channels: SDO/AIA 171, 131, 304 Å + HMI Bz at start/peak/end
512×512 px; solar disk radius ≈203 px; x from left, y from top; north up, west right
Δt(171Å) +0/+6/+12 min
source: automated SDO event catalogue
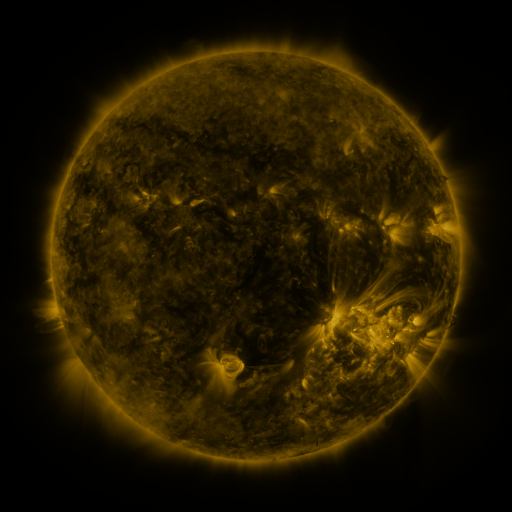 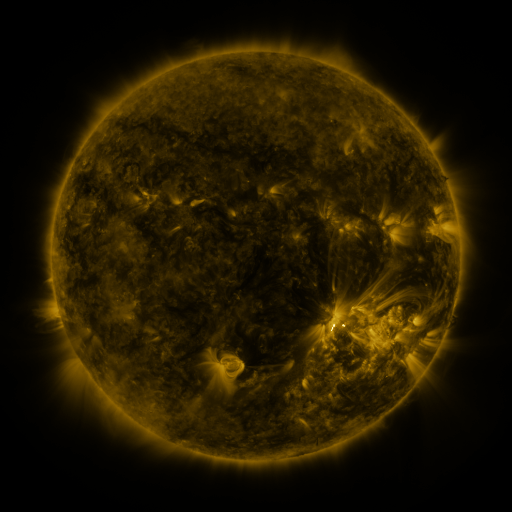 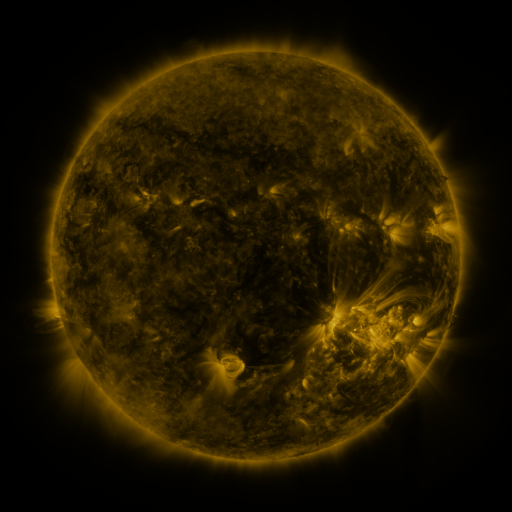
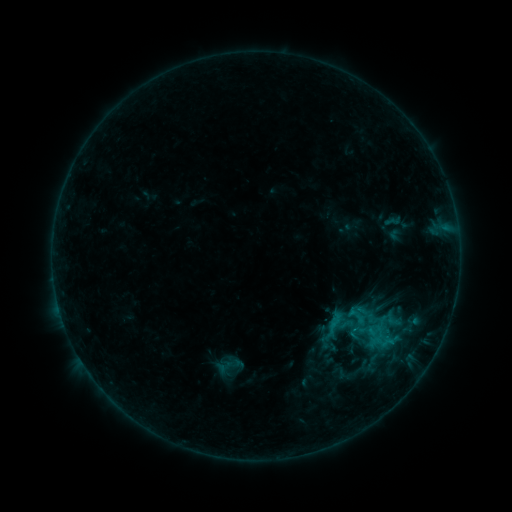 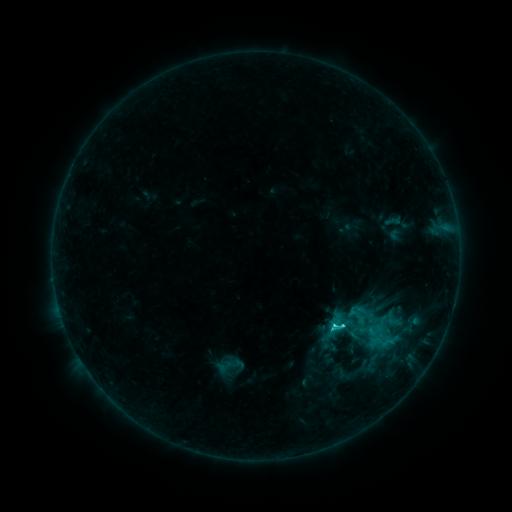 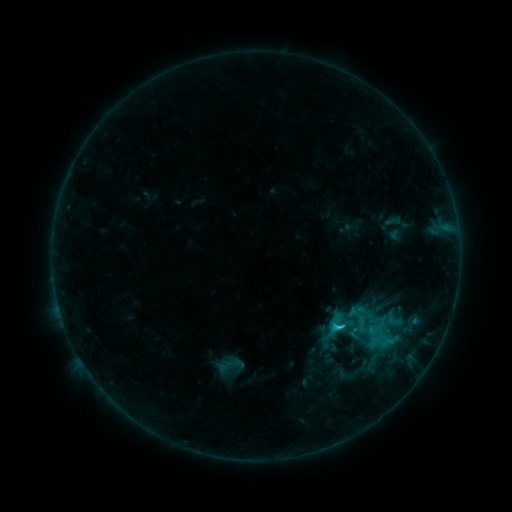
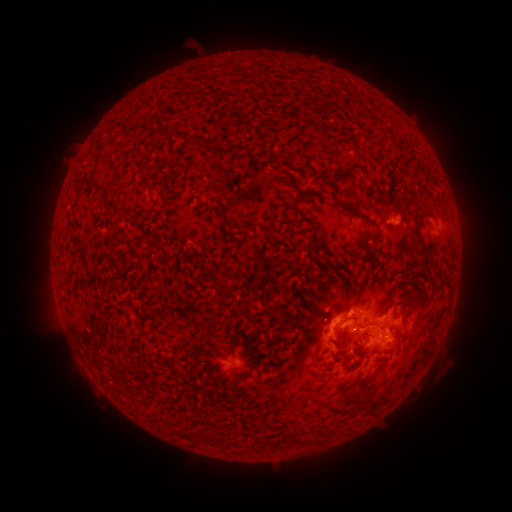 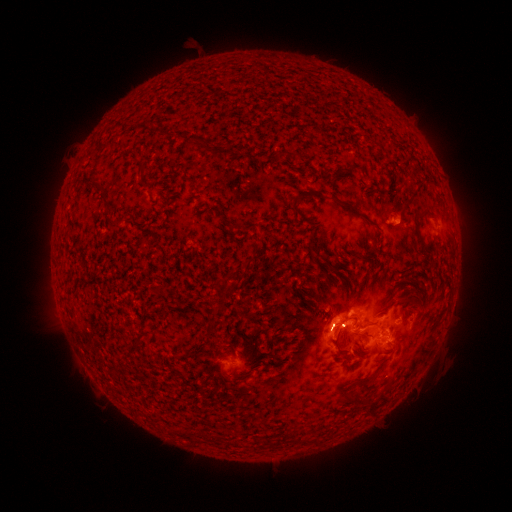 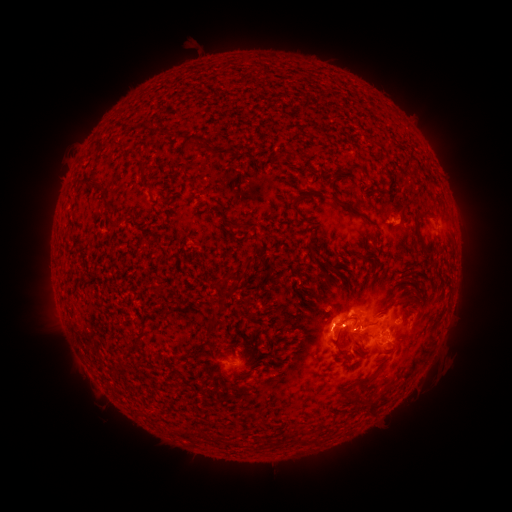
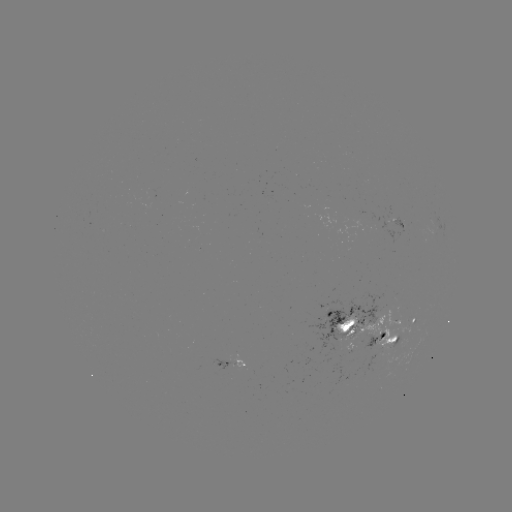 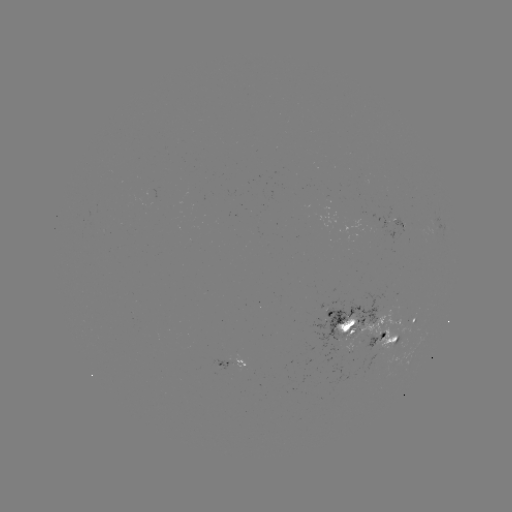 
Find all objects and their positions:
C2.5 flare: (332, 325)
